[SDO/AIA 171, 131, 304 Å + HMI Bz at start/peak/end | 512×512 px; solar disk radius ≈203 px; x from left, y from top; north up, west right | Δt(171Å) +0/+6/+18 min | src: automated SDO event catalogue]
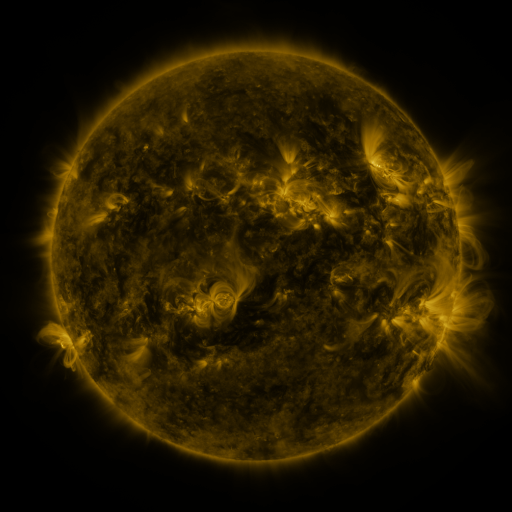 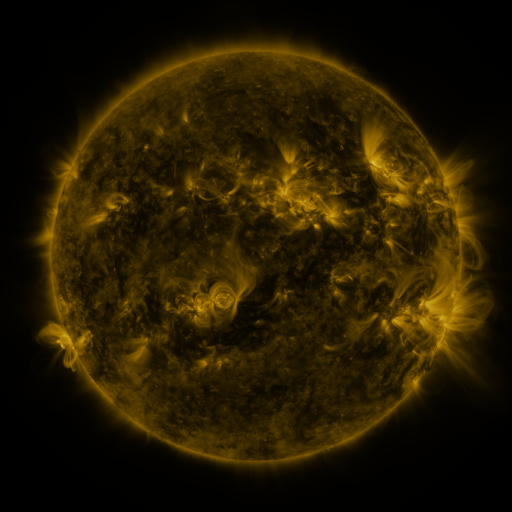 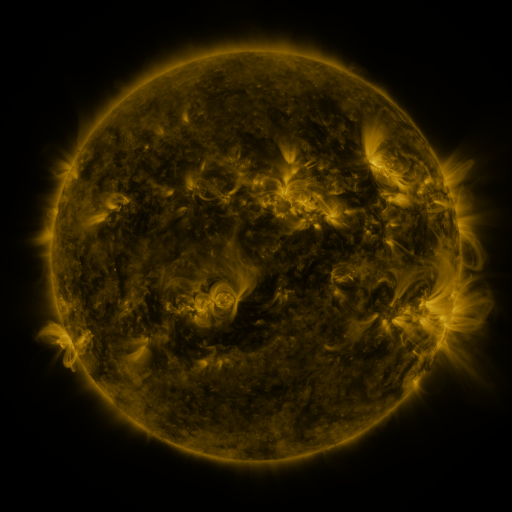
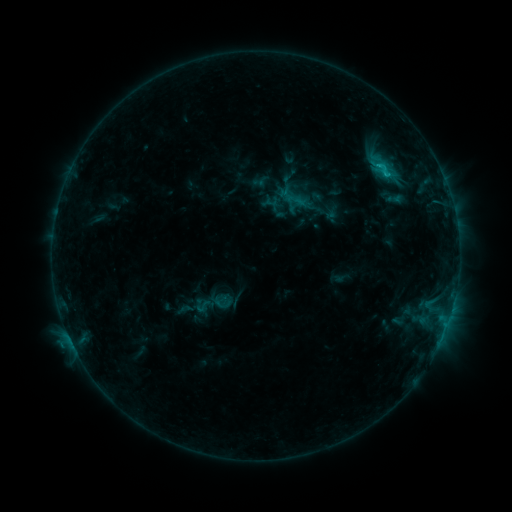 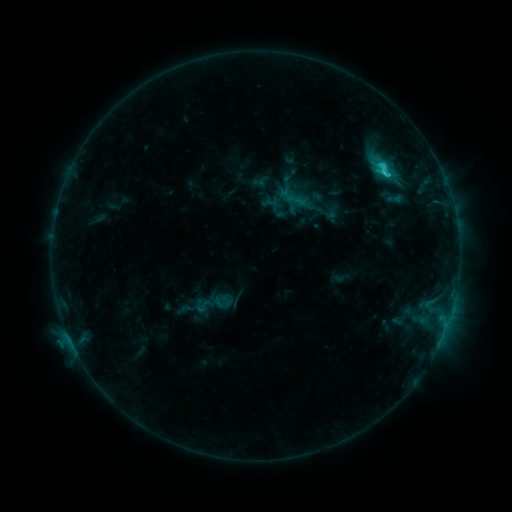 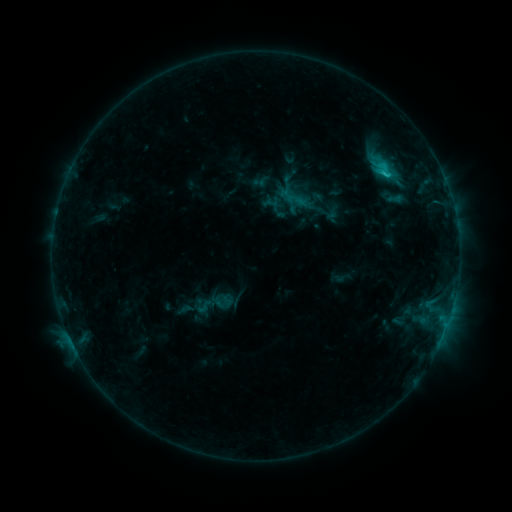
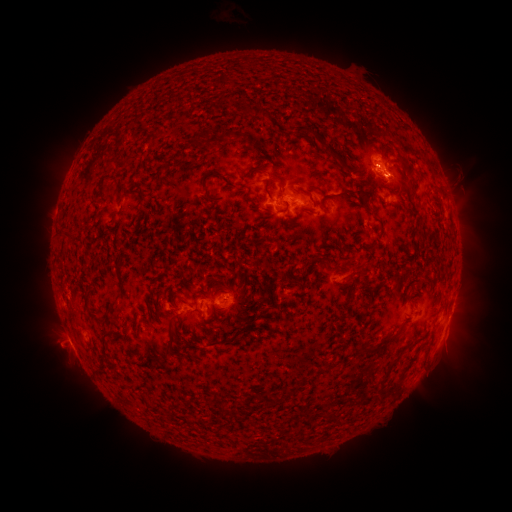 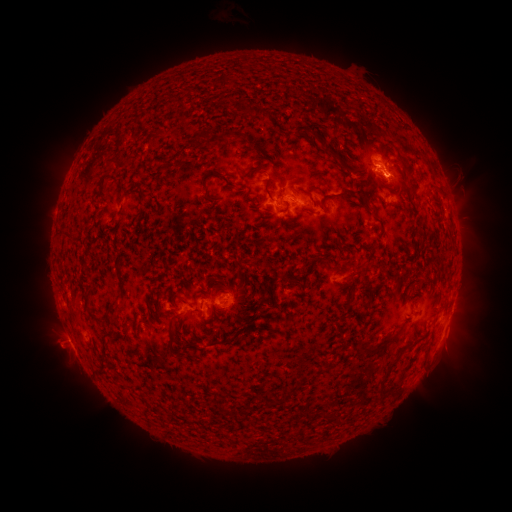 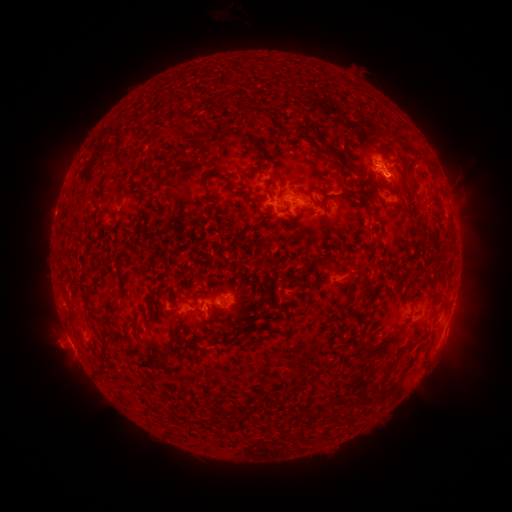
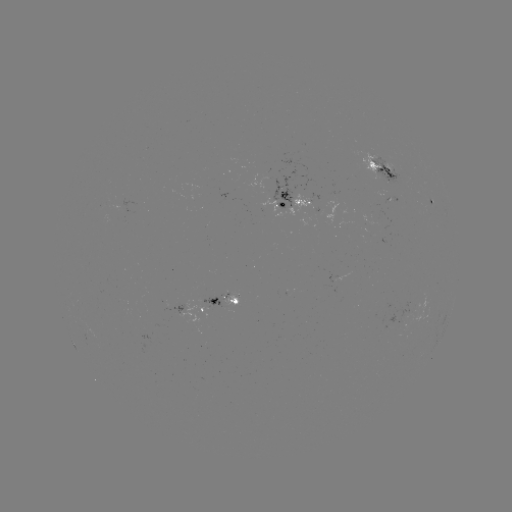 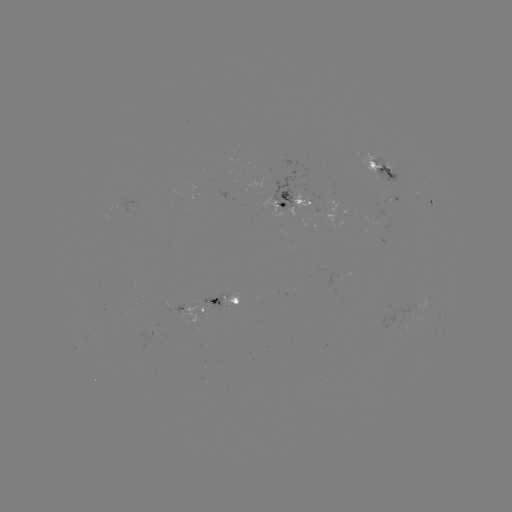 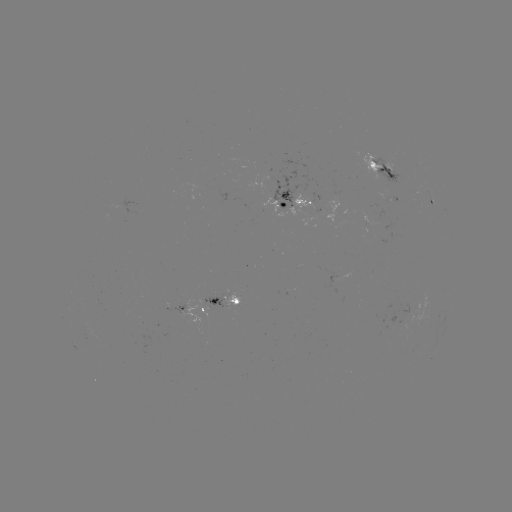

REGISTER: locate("C2.1 flare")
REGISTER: [384, 175]